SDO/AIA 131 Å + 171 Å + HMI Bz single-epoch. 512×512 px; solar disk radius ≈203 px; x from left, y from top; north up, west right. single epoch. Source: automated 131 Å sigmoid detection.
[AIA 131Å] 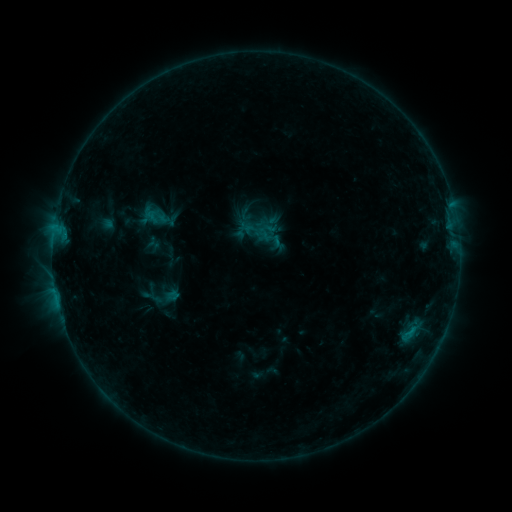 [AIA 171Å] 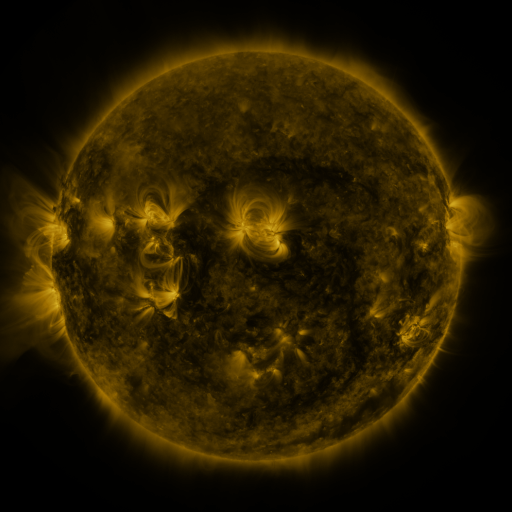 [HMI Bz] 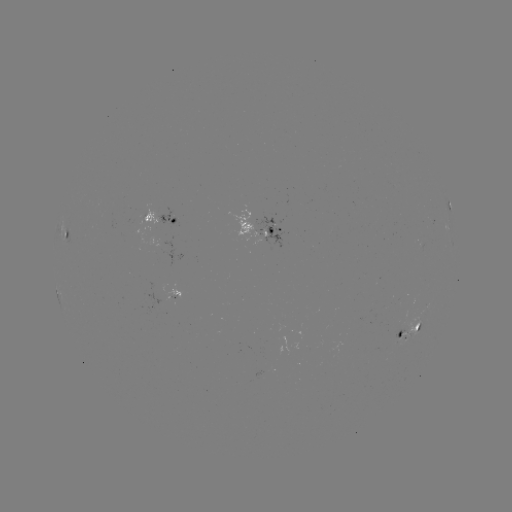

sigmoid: <bbox>140, 285, 165, 310</bbox>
